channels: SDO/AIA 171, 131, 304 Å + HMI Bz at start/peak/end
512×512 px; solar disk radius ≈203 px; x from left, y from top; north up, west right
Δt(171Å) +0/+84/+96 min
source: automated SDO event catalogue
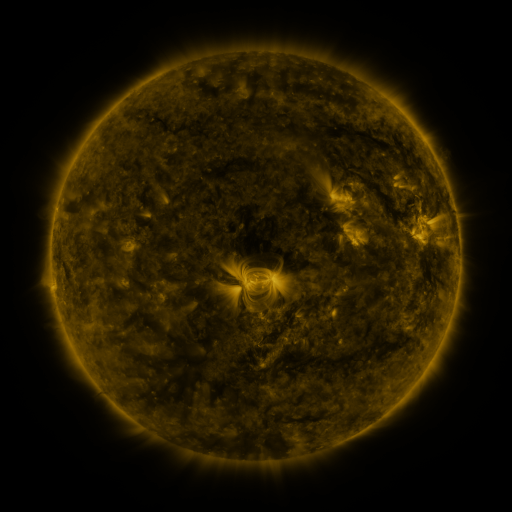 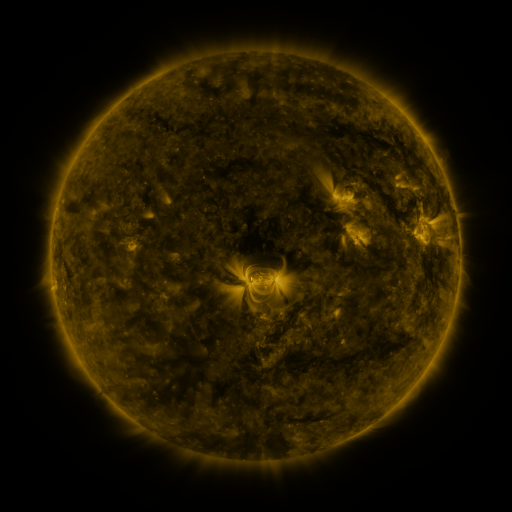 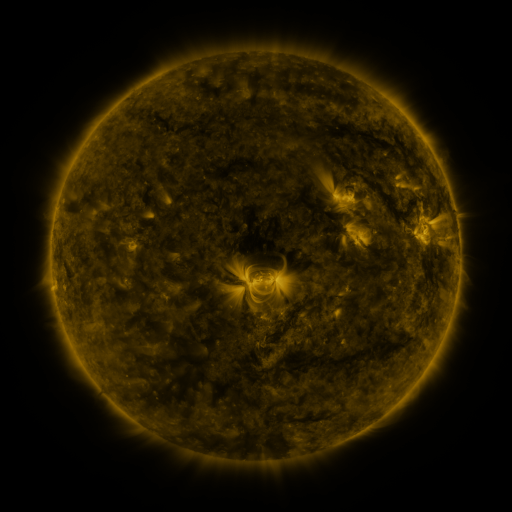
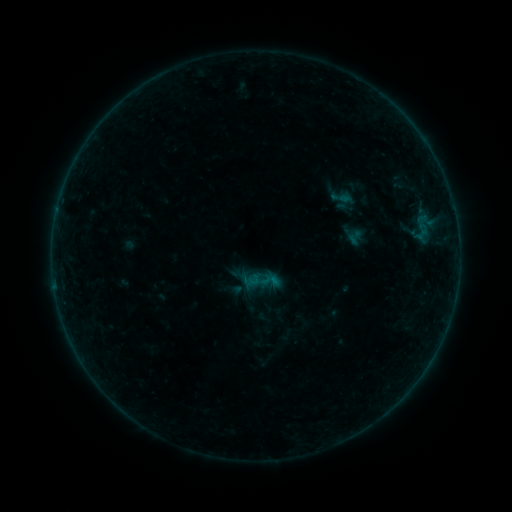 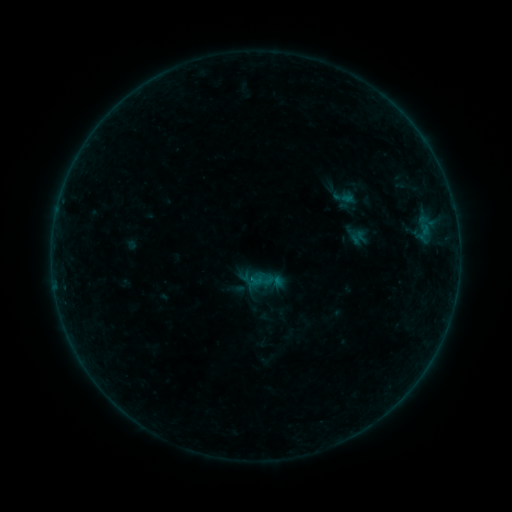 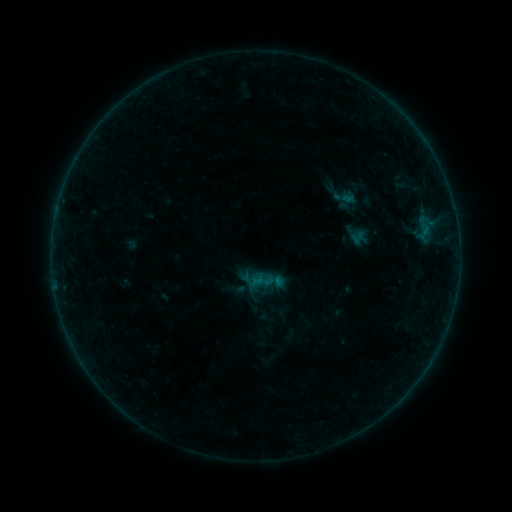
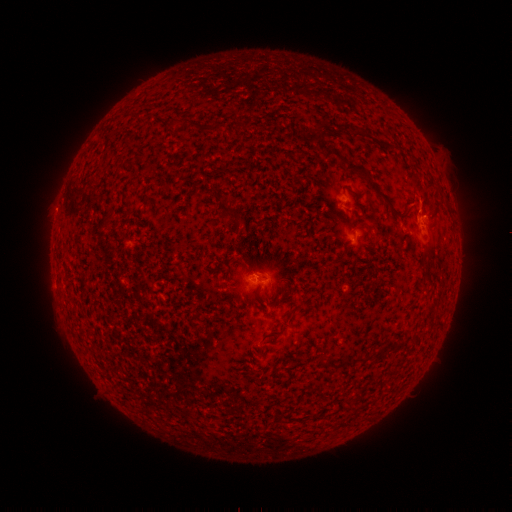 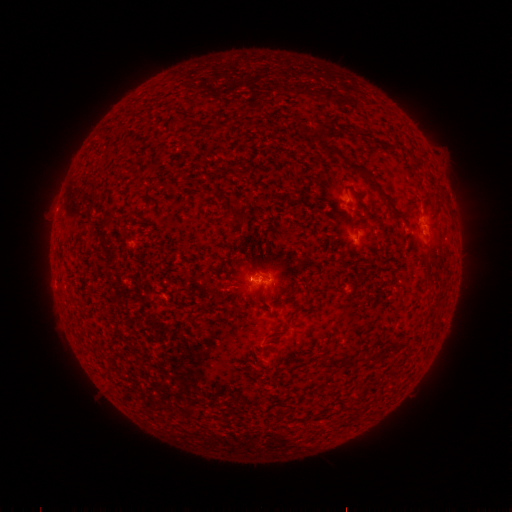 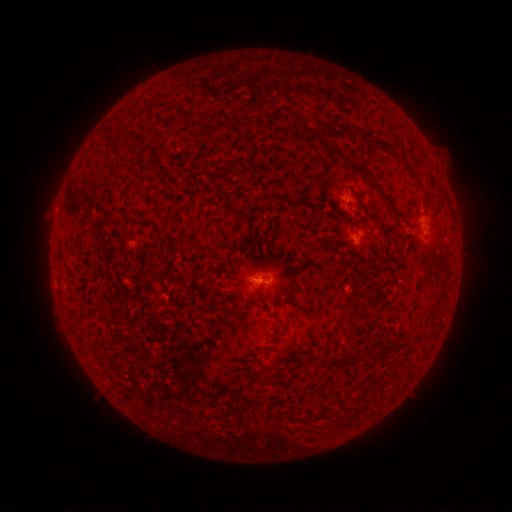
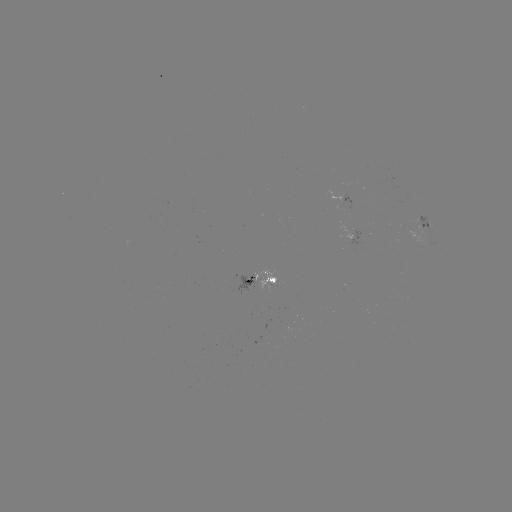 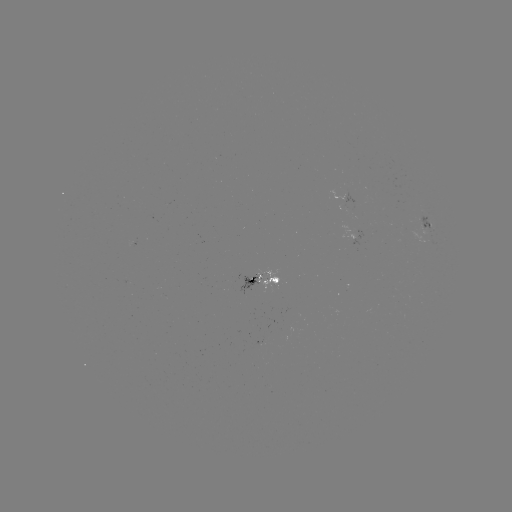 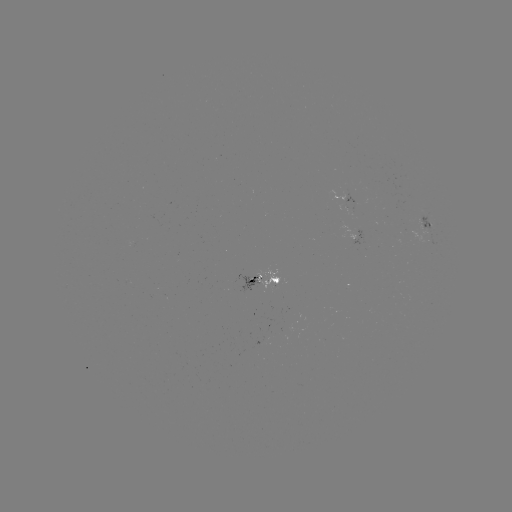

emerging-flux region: [238, 275, 259, 294]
